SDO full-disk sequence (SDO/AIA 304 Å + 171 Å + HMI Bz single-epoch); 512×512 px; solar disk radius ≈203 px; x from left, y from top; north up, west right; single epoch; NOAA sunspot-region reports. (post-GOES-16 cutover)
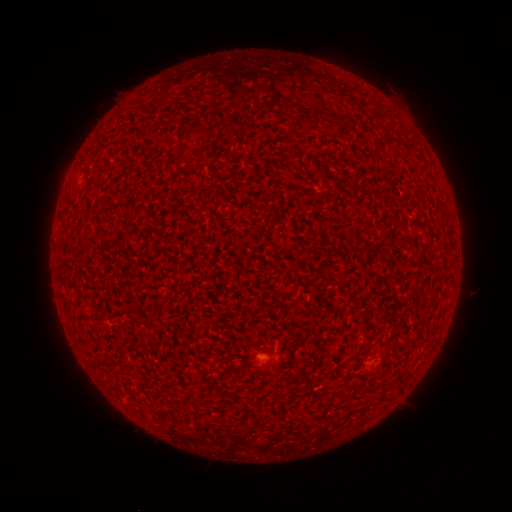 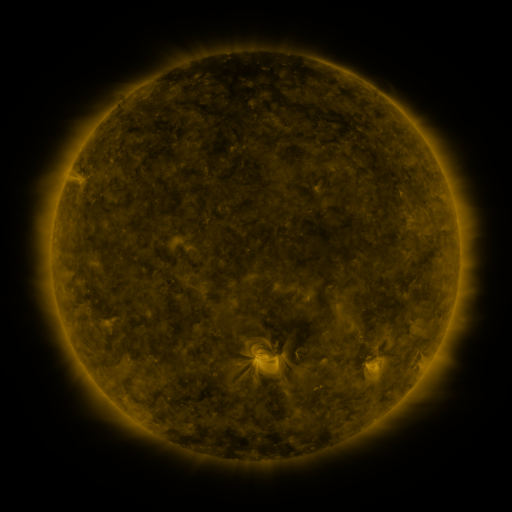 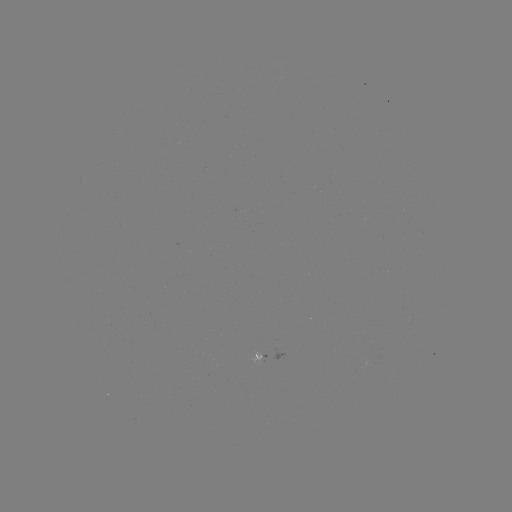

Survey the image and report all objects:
spotted active region: (382, 352)
spotted active region: (269, 355)
